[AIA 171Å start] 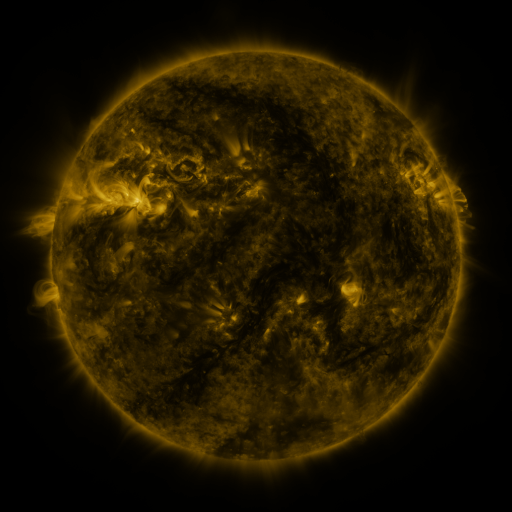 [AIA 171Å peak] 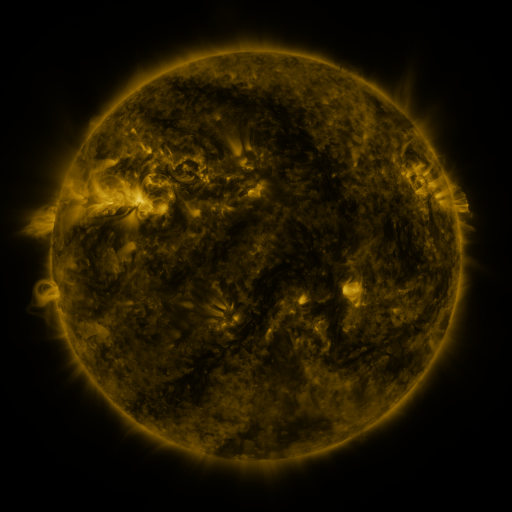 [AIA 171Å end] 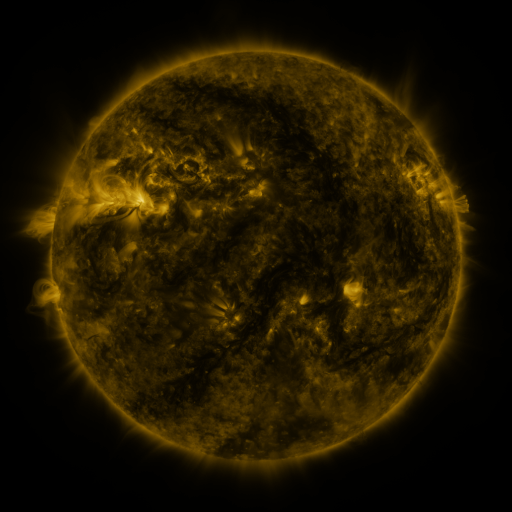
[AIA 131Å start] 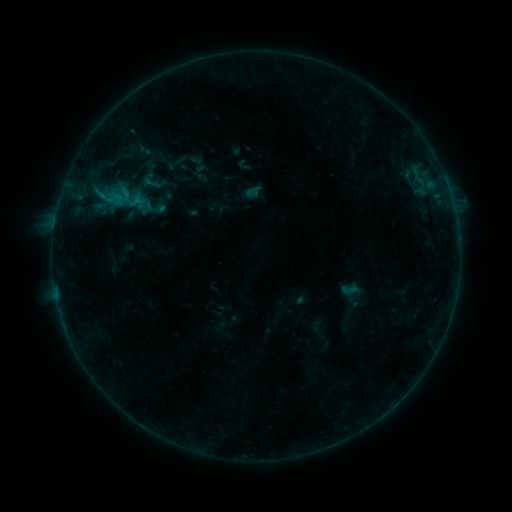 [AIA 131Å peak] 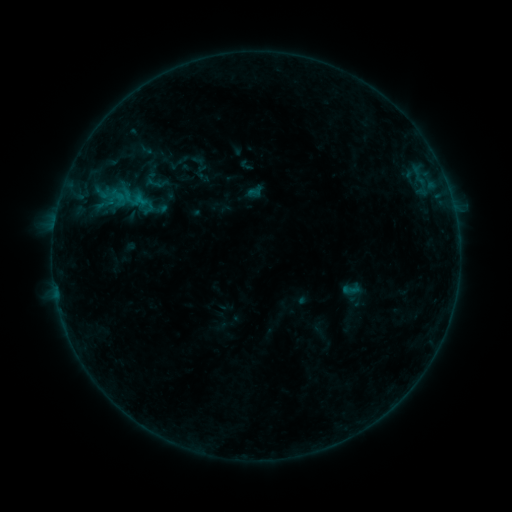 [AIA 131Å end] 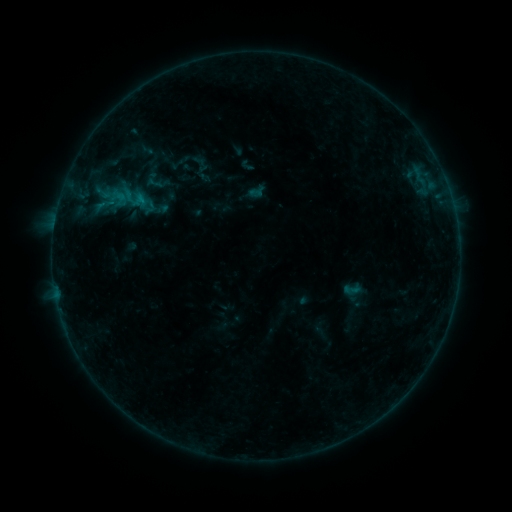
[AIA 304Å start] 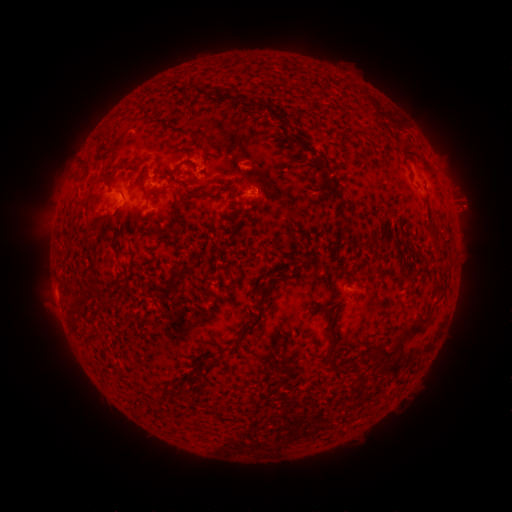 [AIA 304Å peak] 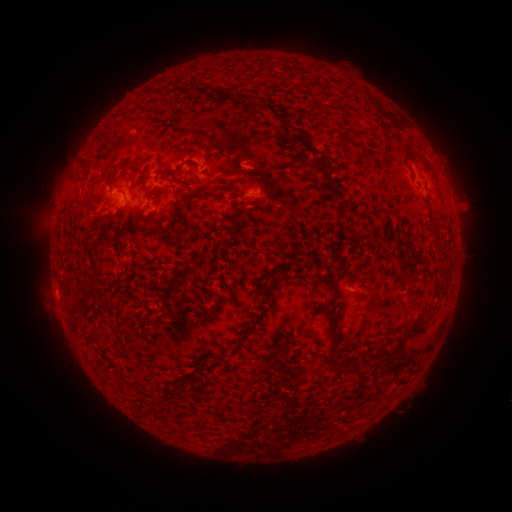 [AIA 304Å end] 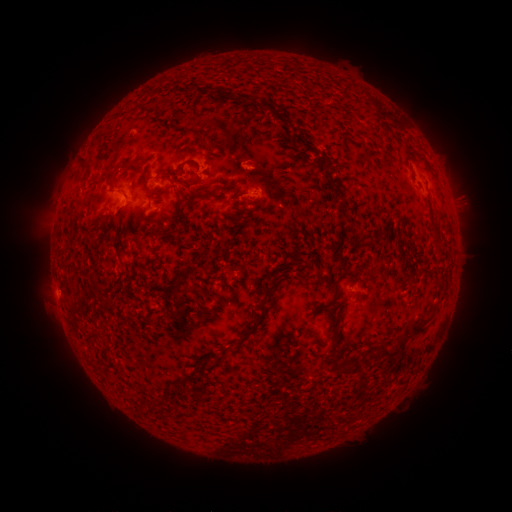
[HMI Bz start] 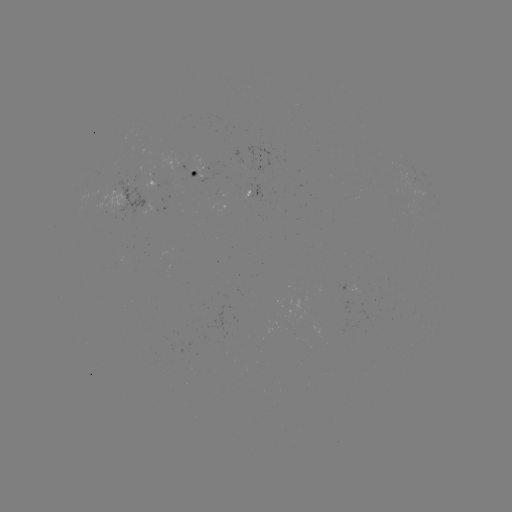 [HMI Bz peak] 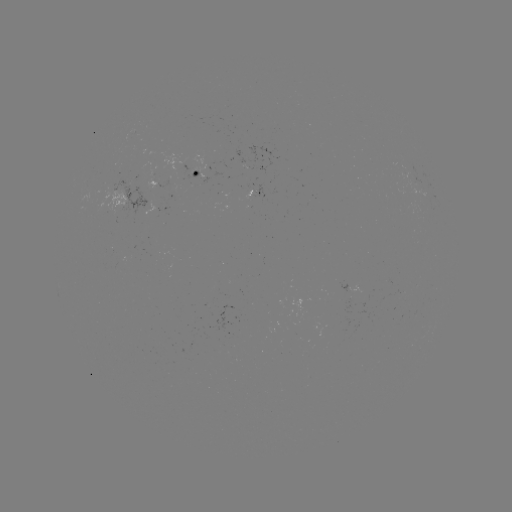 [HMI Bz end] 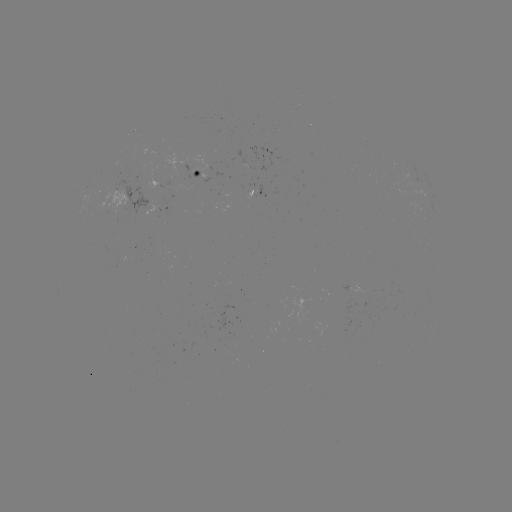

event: emerging-flux region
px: (208, 175)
